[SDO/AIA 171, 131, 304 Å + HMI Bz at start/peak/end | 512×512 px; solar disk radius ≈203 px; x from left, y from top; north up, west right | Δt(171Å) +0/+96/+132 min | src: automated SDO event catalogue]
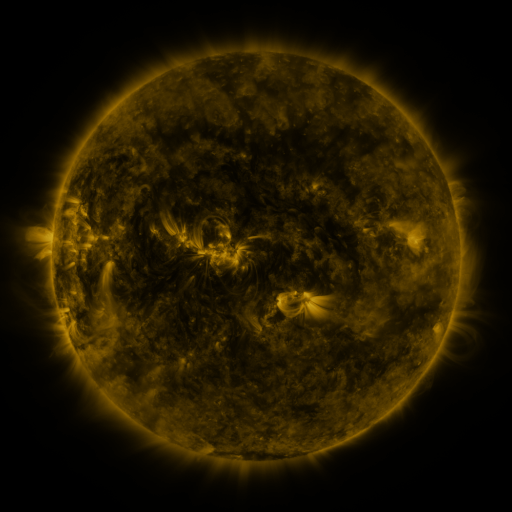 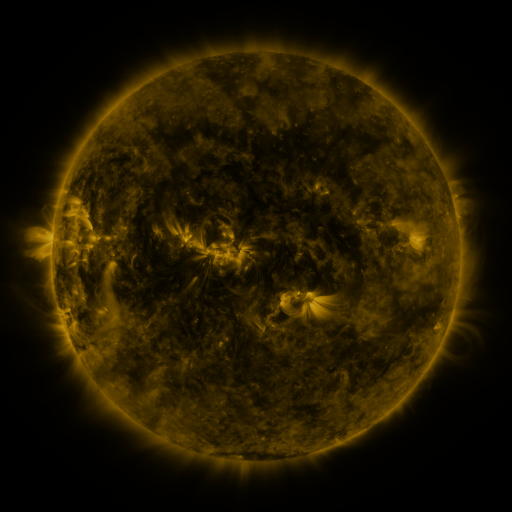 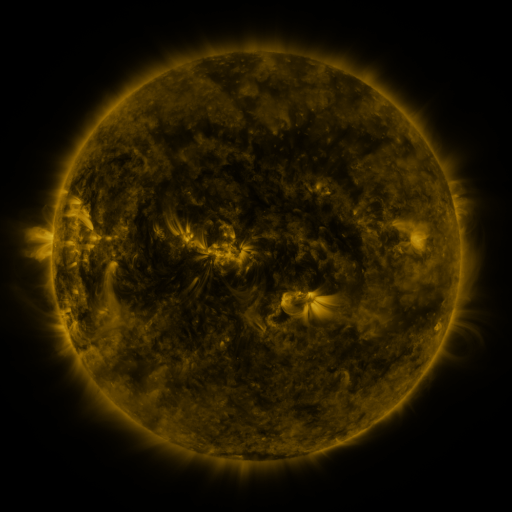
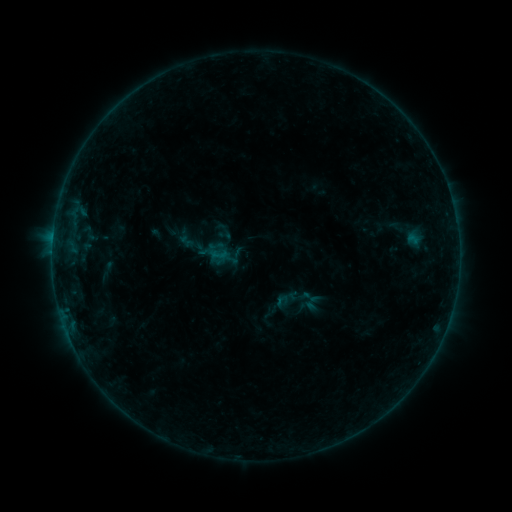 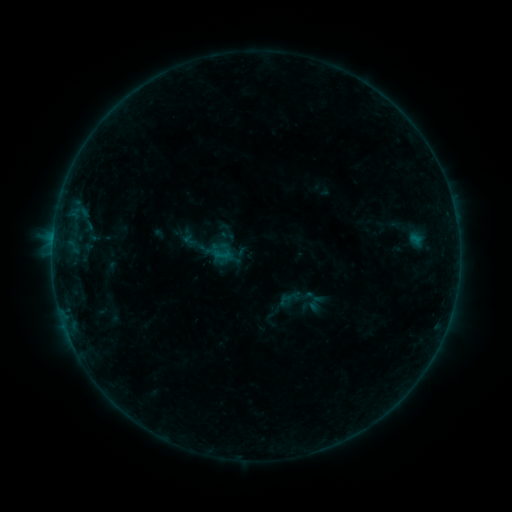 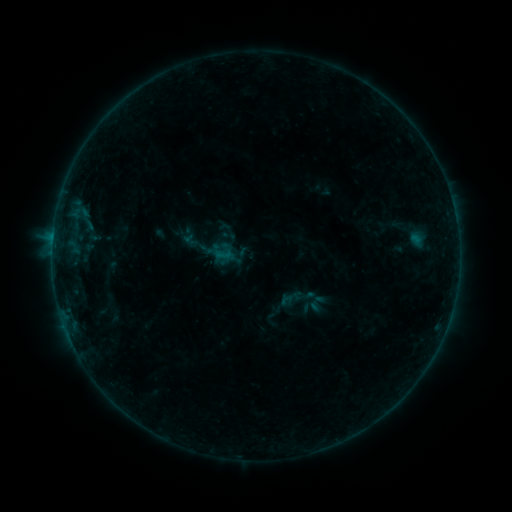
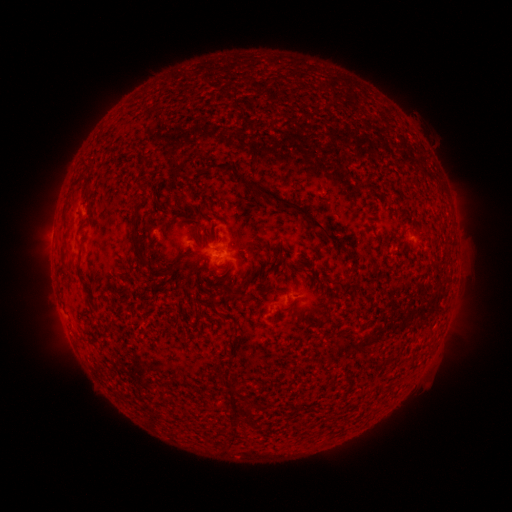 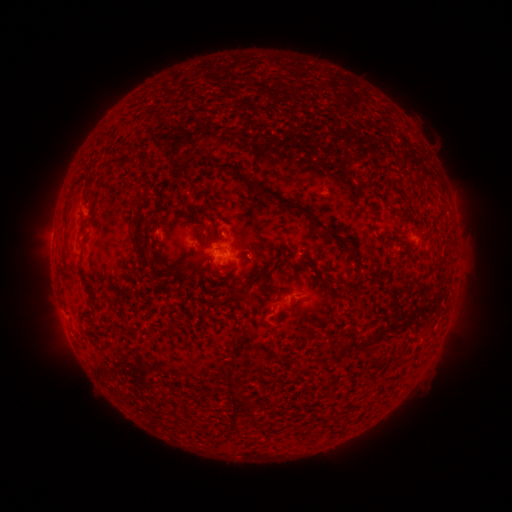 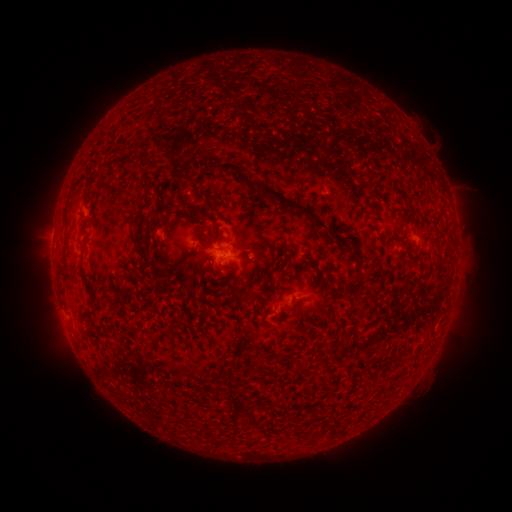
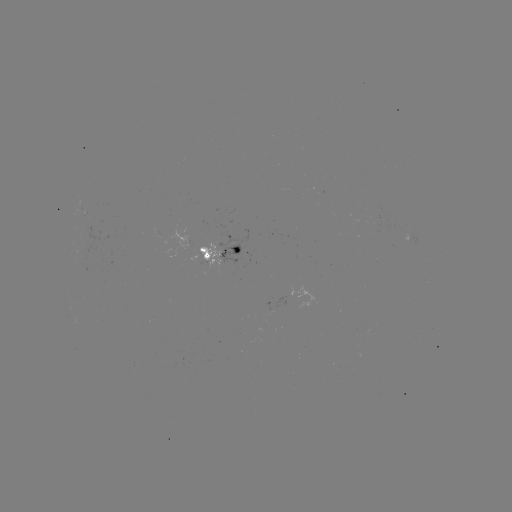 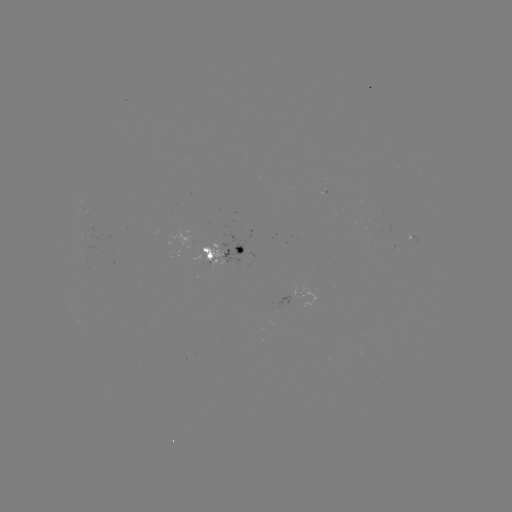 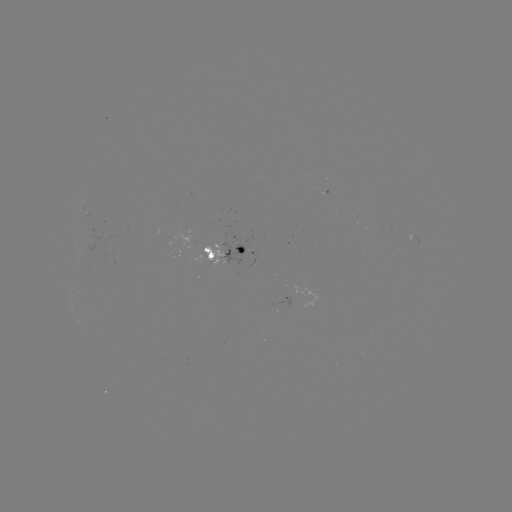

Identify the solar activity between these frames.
emerging-flux region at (113, 268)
